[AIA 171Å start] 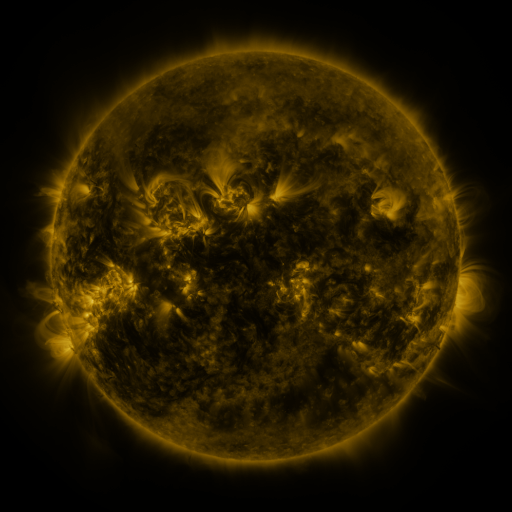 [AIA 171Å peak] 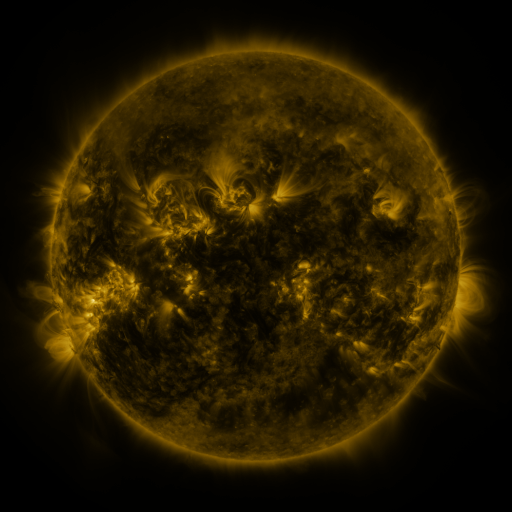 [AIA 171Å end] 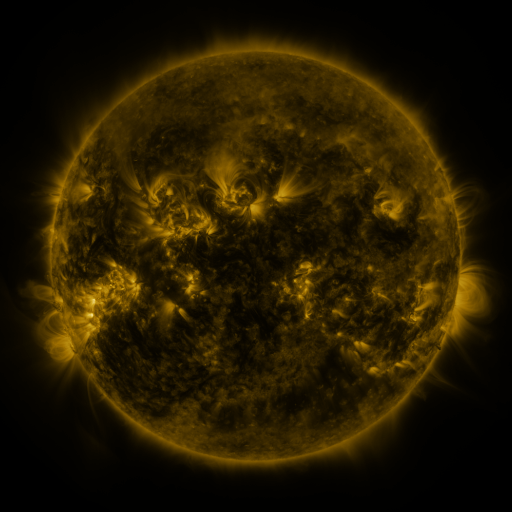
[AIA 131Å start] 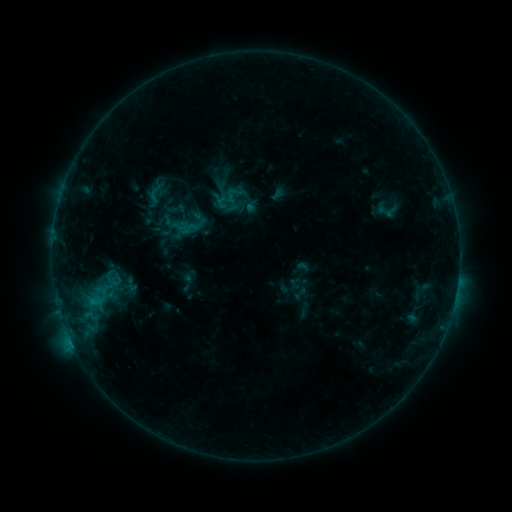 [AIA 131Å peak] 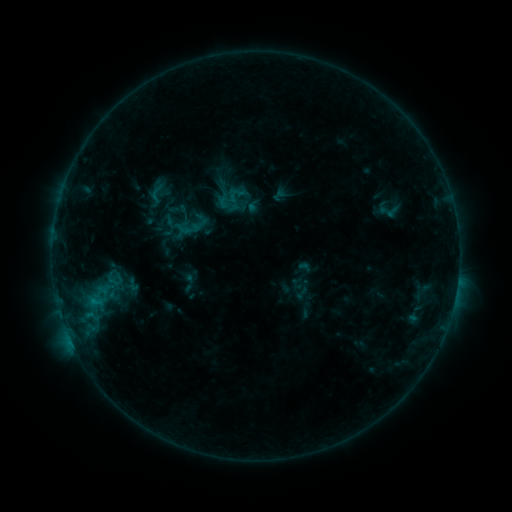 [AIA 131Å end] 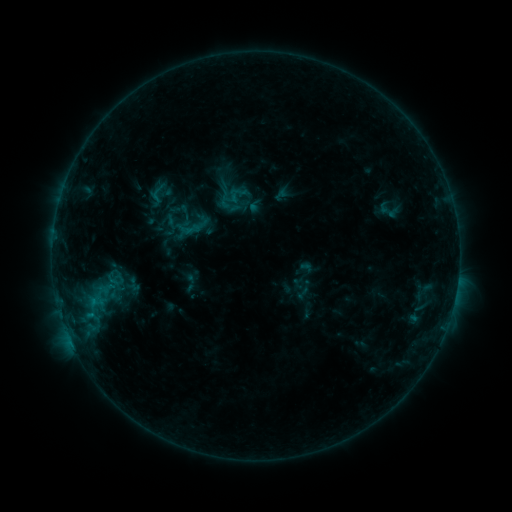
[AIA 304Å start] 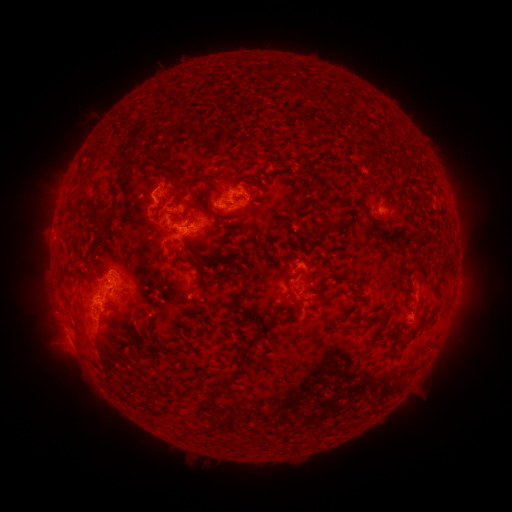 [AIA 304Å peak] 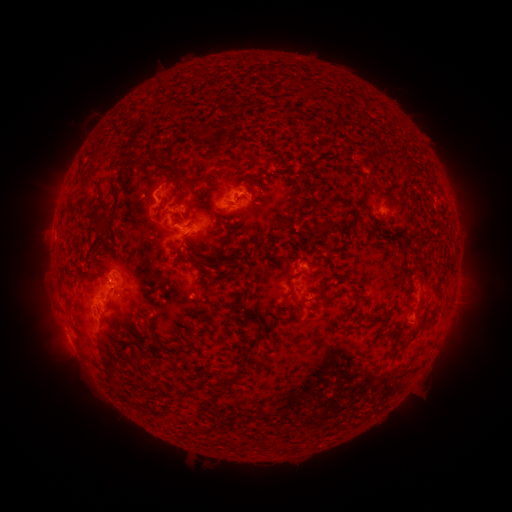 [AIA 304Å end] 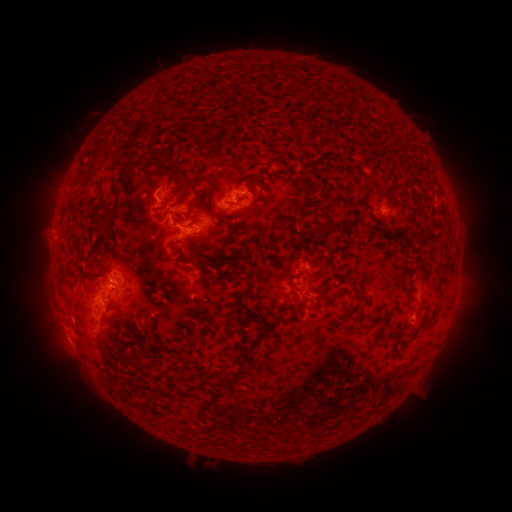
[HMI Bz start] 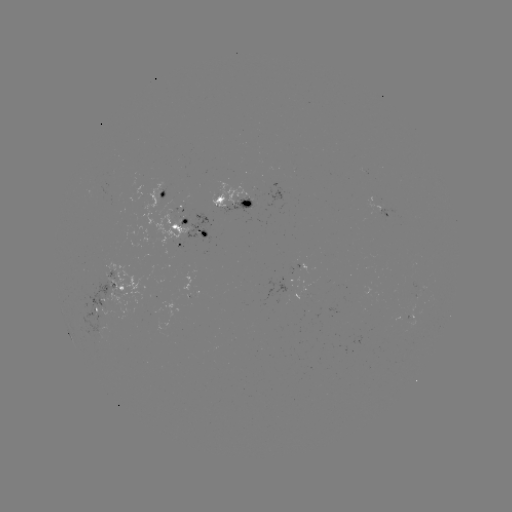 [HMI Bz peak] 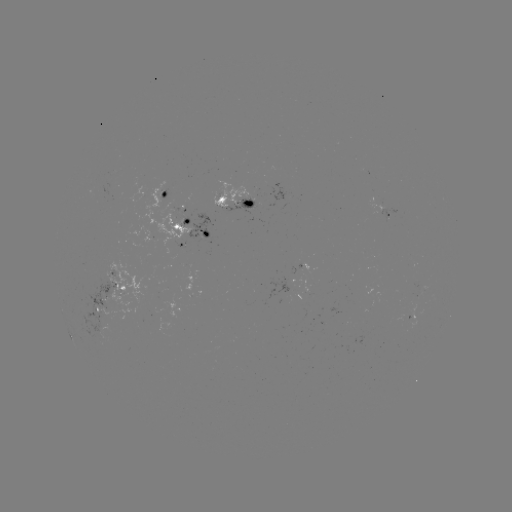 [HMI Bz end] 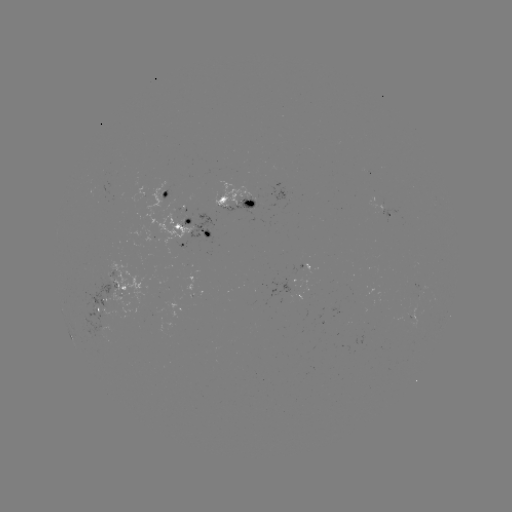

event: emerging-flux region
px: (141, 195)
